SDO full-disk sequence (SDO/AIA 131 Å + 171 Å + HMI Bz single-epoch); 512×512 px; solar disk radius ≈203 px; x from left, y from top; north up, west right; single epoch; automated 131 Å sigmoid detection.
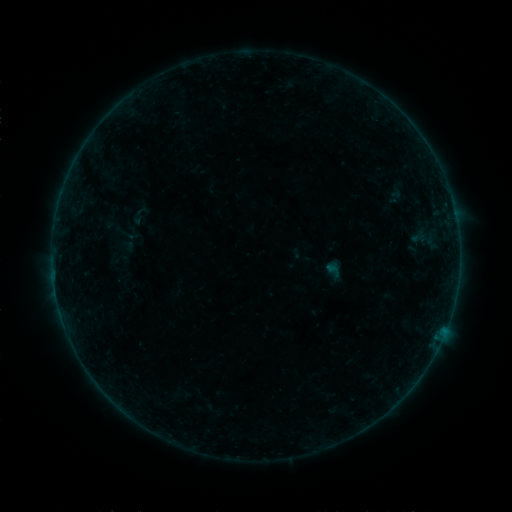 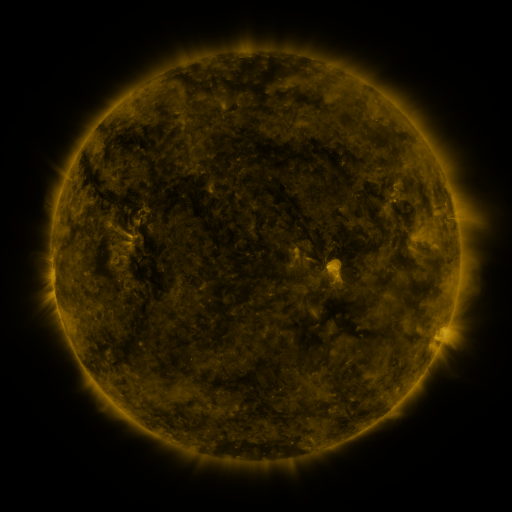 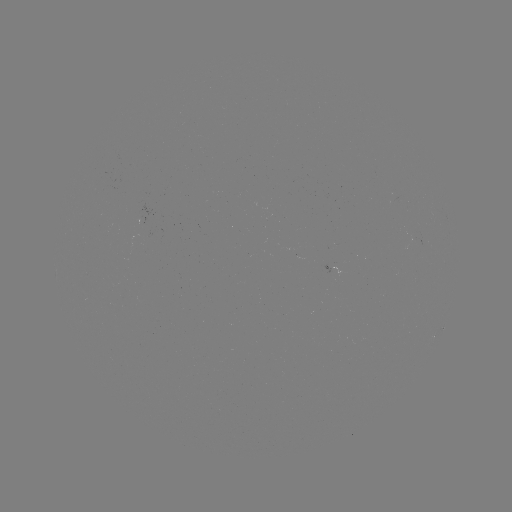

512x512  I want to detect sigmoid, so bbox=[113, 220, 139, 246].